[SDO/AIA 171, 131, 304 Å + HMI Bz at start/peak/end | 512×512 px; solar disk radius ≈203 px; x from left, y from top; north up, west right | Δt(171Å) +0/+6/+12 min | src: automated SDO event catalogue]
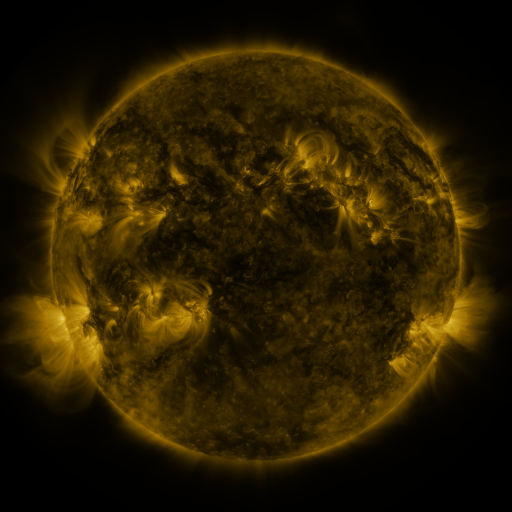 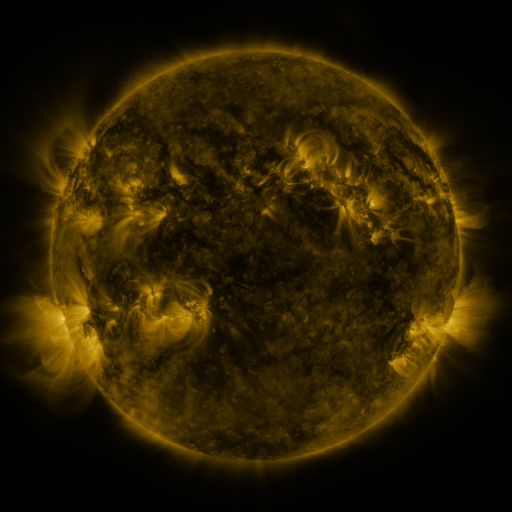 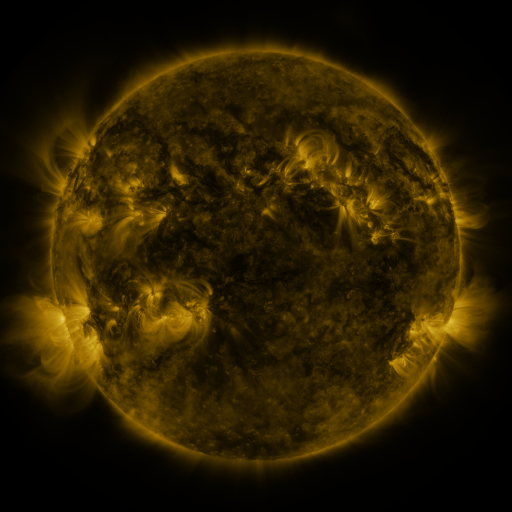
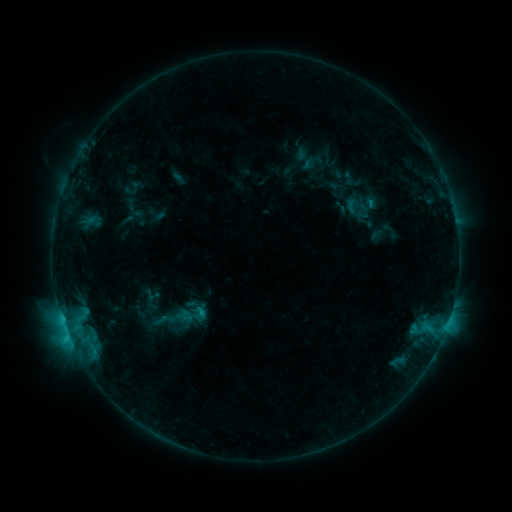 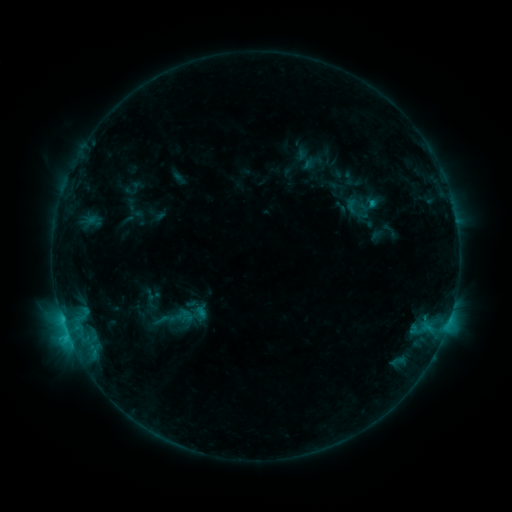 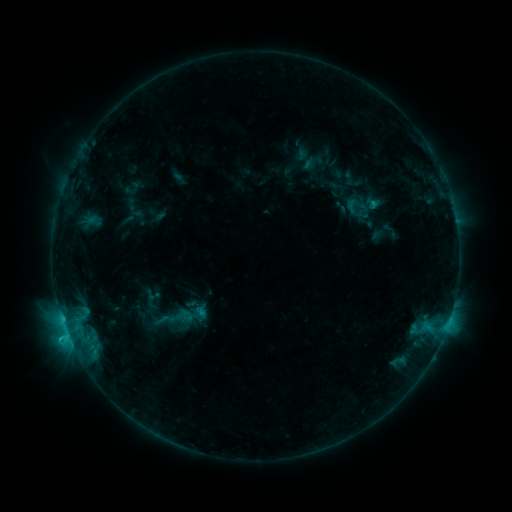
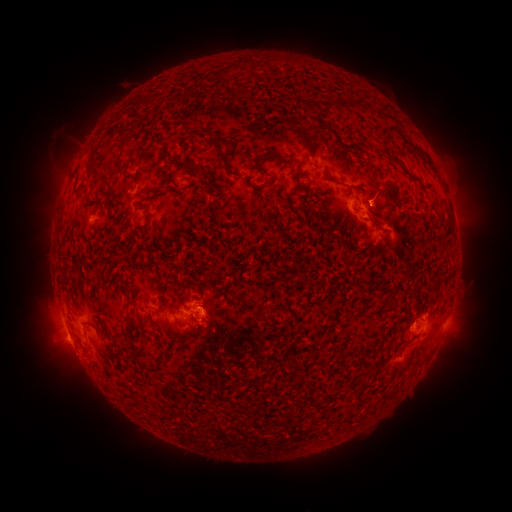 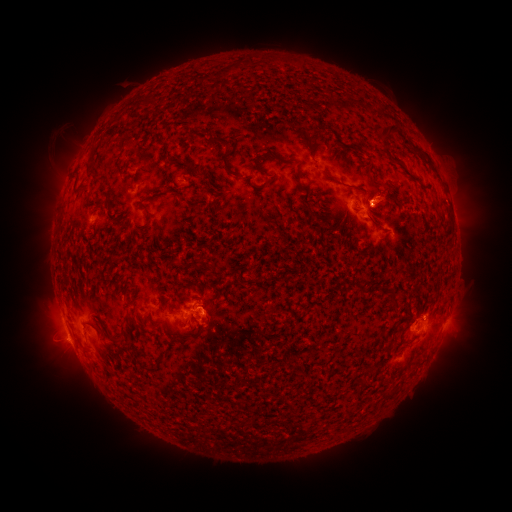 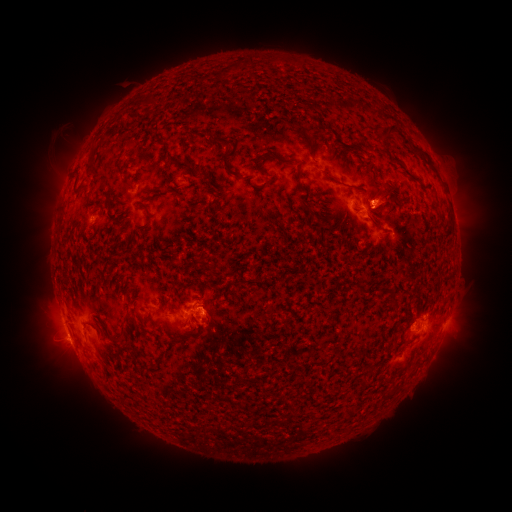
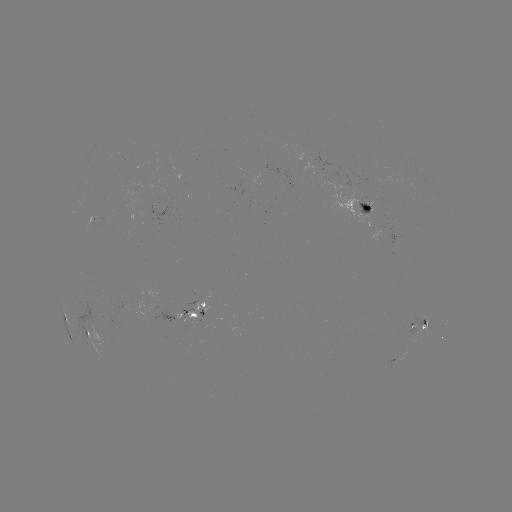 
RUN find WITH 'eruption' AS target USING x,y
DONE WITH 388,195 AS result